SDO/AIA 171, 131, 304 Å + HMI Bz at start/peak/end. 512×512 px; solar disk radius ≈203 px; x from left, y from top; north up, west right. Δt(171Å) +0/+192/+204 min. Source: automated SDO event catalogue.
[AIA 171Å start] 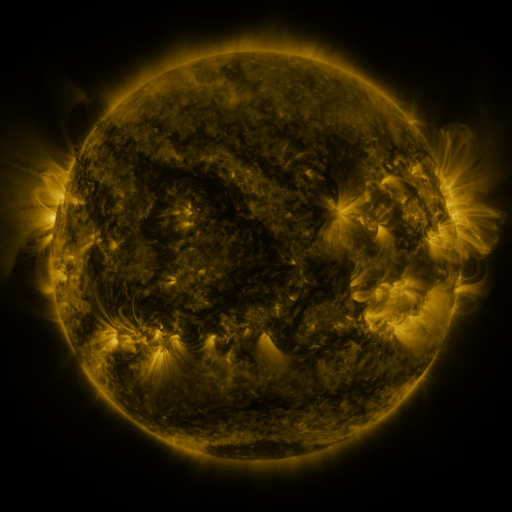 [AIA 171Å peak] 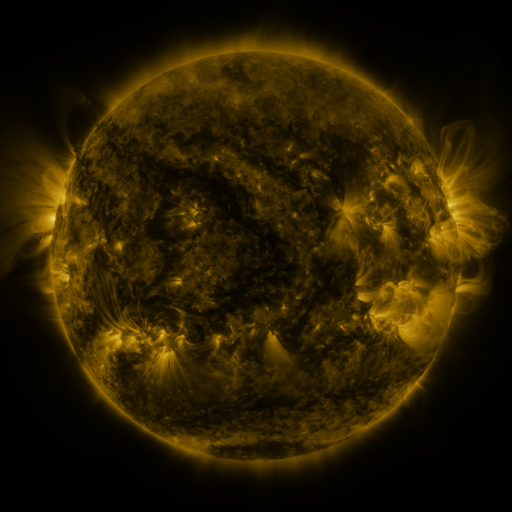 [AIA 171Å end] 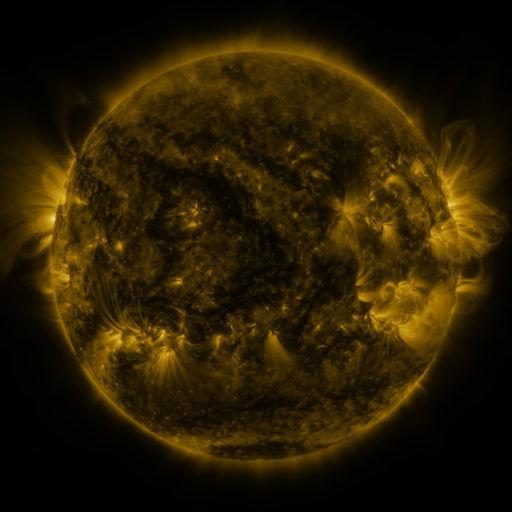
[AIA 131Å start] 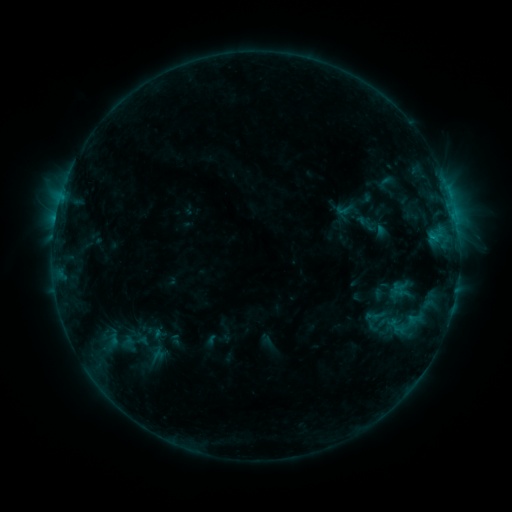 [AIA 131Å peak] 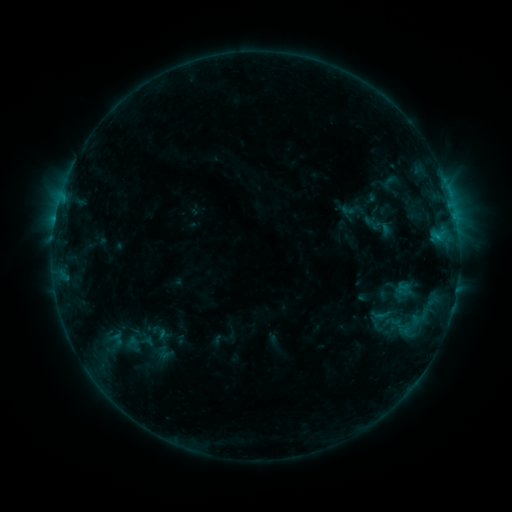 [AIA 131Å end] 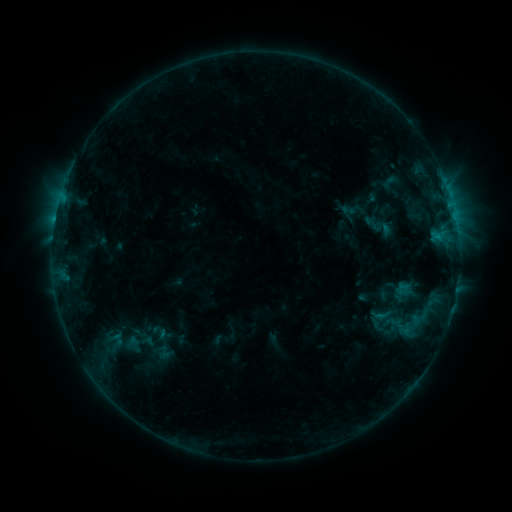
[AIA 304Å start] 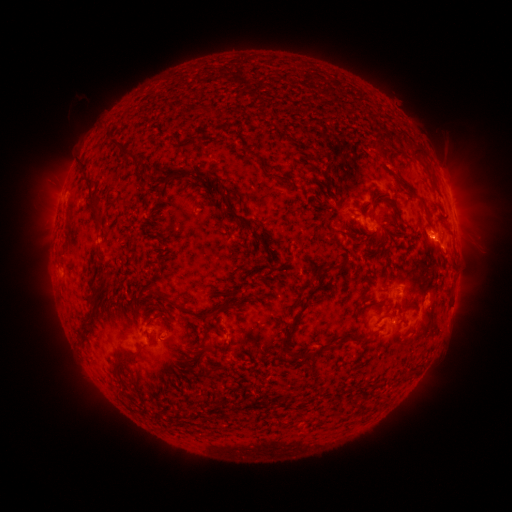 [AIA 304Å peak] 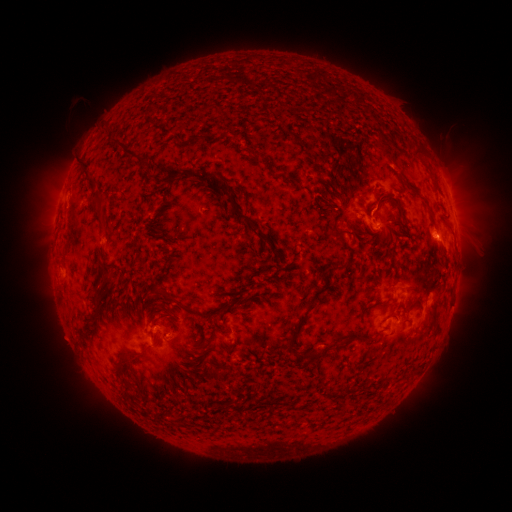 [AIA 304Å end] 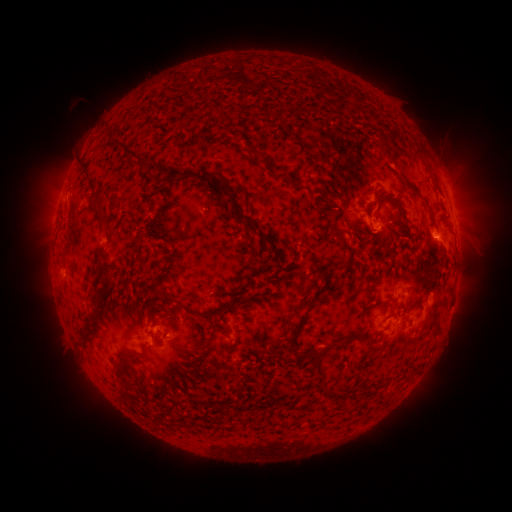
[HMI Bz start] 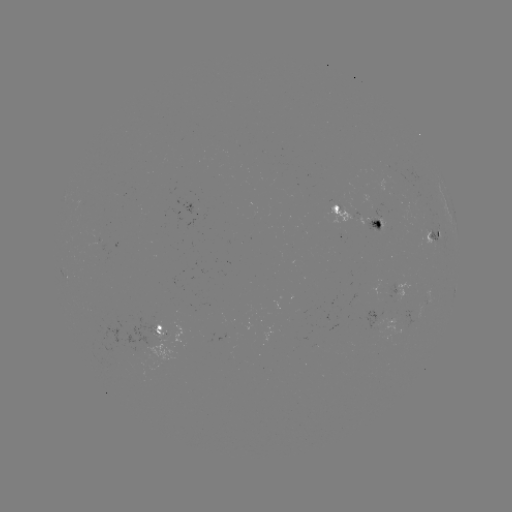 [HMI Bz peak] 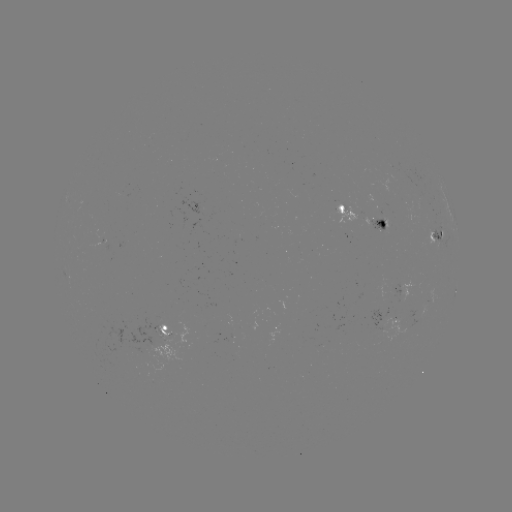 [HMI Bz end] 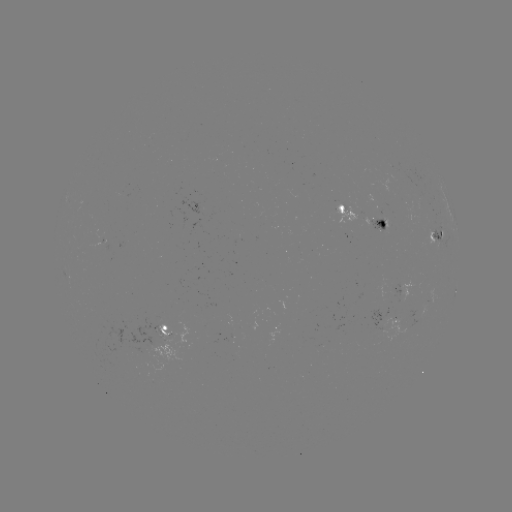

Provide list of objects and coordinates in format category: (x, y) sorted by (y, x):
emerging-flux region: (158, 328)
